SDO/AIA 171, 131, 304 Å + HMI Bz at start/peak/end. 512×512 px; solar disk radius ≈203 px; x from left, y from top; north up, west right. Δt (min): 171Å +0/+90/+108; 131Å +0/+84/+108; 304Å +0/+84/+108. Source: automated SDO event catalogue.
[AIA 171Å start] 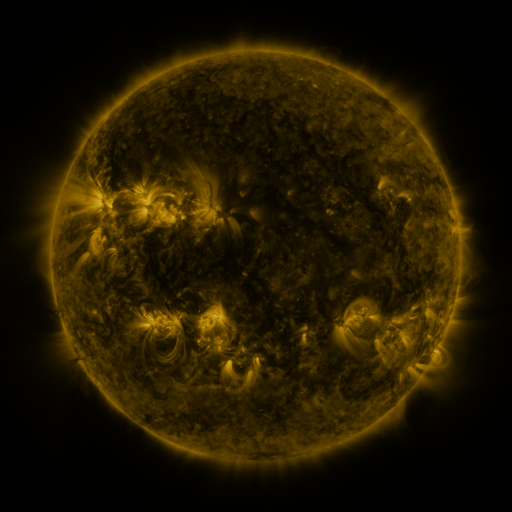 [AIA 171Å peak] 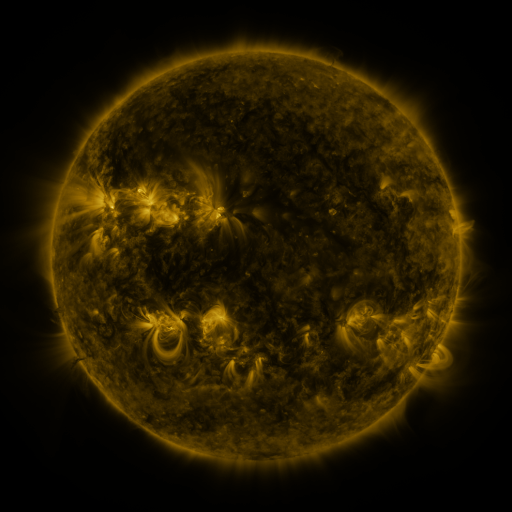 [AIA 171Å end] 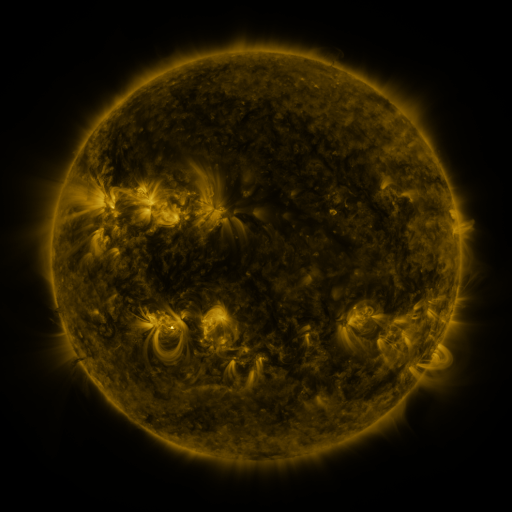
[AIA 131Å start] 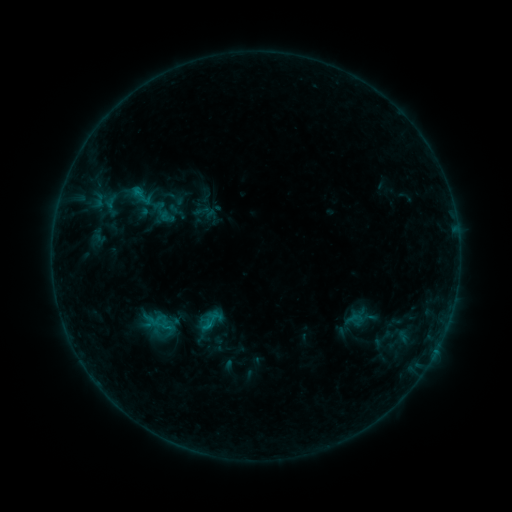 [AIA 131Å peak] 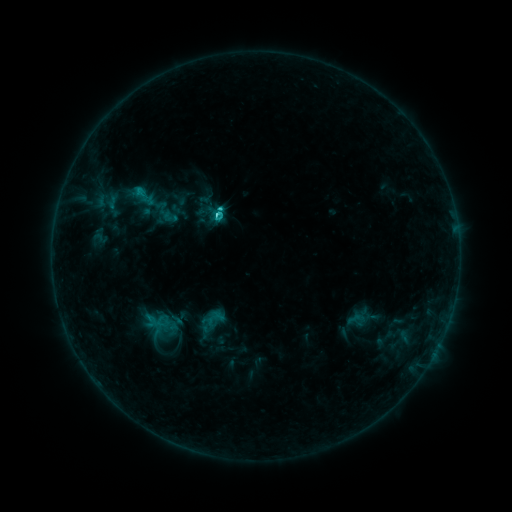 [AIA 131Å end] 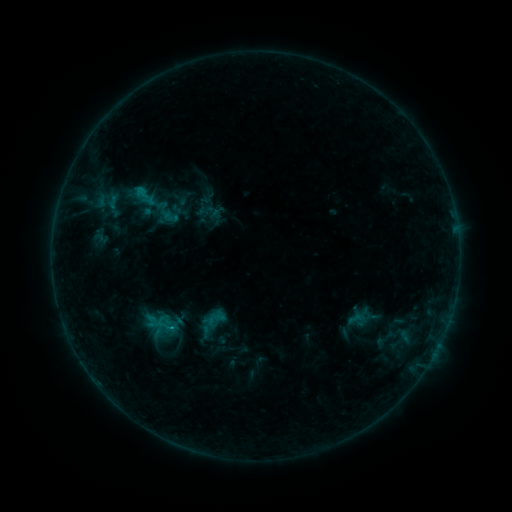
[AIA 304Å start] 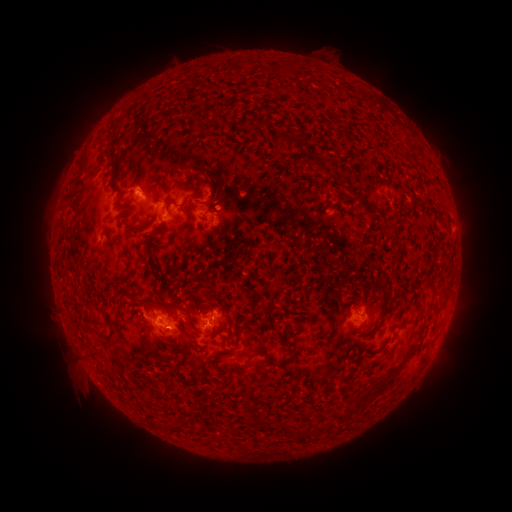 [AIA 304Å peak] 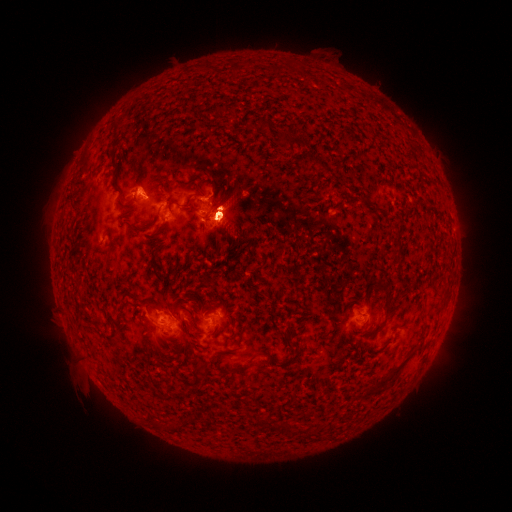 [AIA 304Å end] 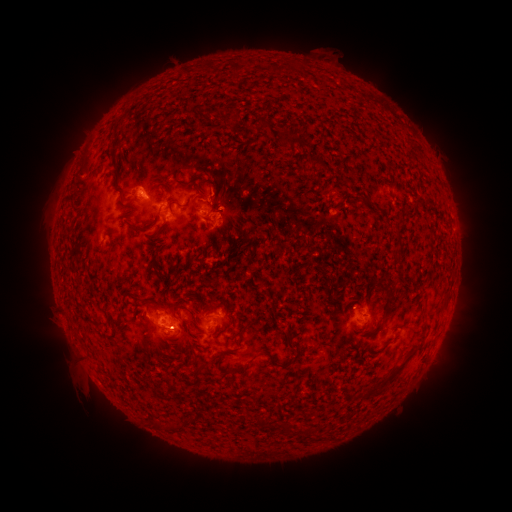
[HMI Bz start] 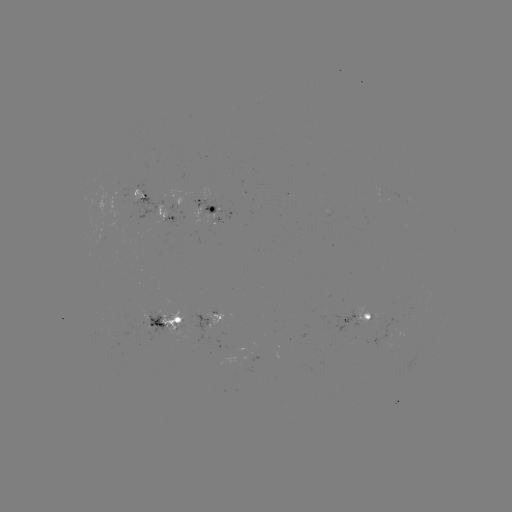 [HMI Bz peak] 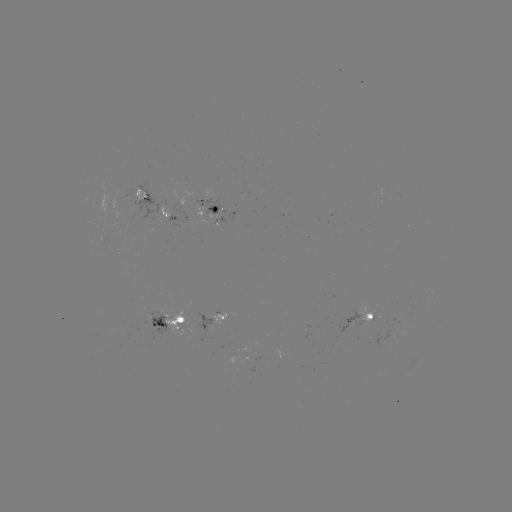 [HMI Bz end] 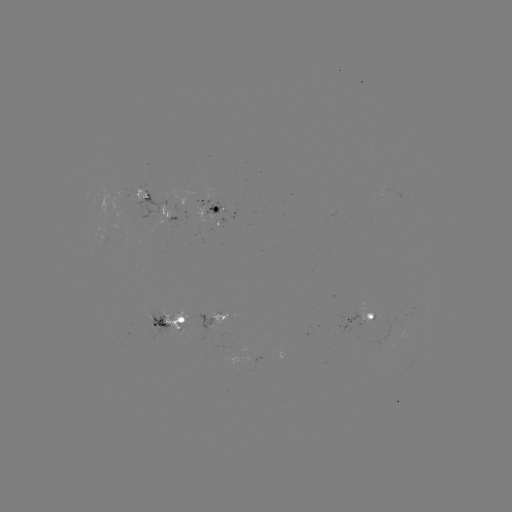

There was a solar emerging-flux region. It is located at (214, 220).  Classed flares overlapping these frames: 1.